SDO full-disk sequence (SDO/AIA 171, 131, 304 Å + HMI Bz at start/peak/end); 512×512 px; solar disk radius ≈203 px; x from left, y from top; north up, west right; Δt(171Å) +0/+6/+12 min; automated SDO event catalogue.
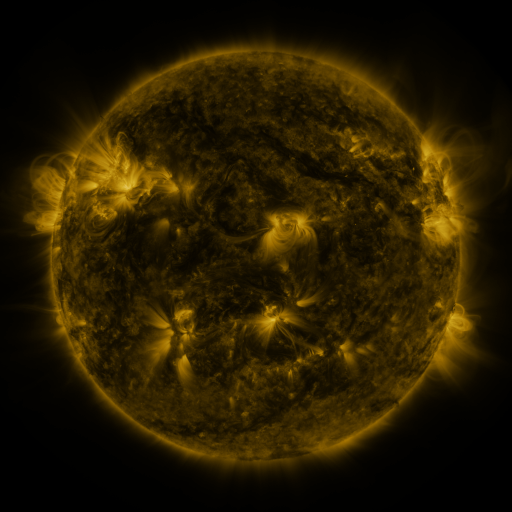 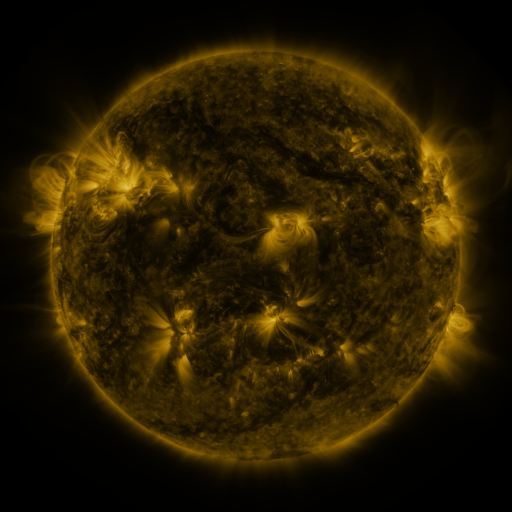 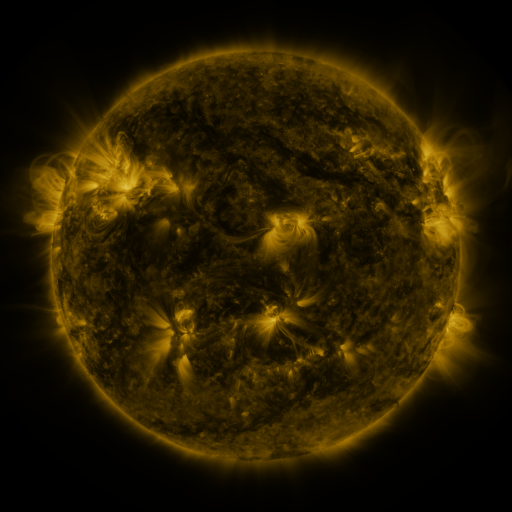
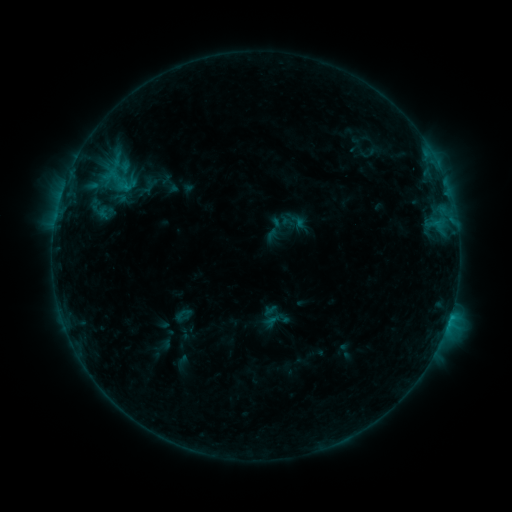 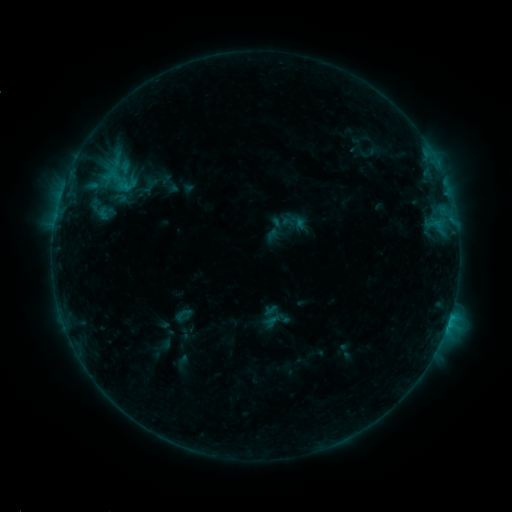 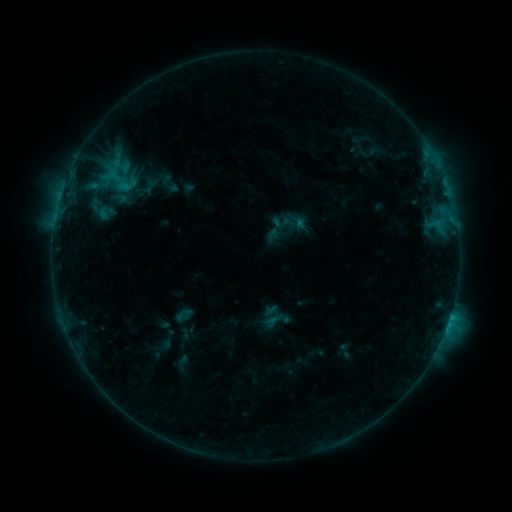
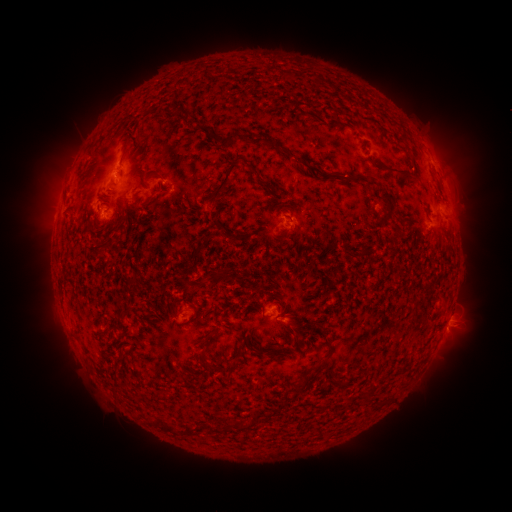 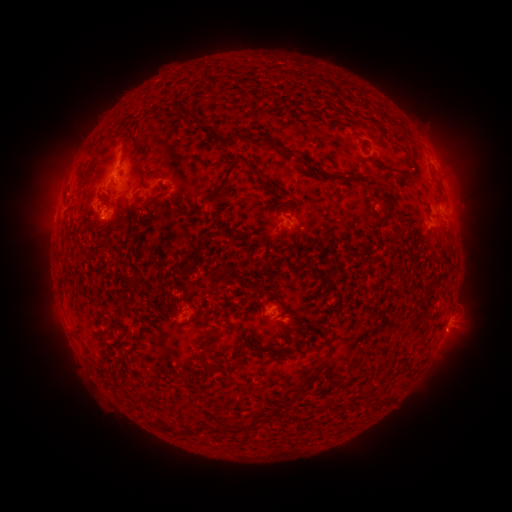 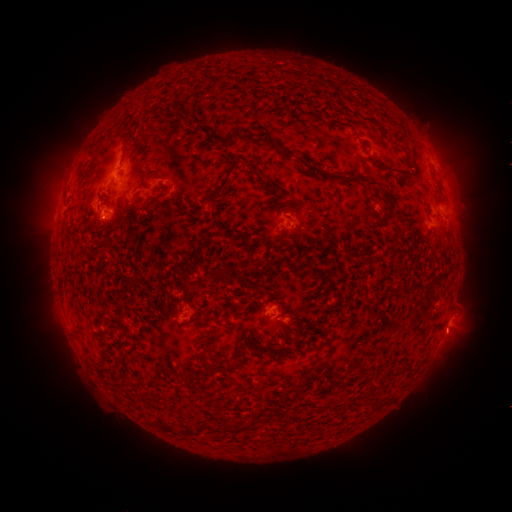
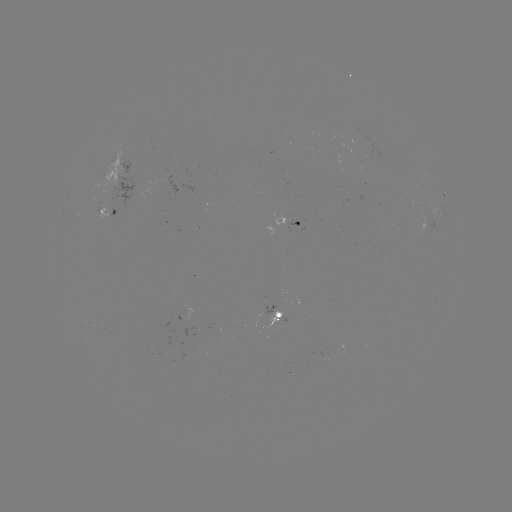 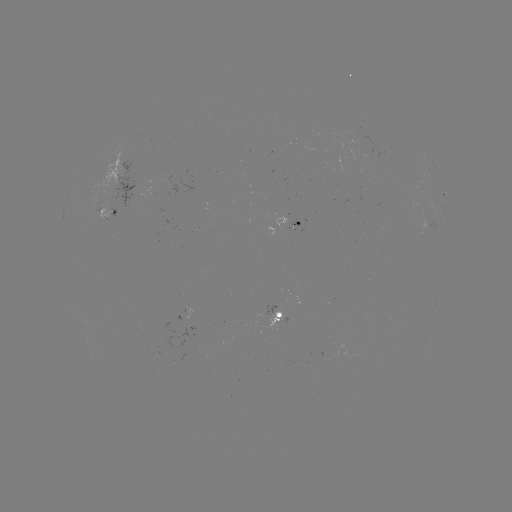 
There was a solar eruption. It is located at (454, 336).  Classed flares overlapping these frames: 1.